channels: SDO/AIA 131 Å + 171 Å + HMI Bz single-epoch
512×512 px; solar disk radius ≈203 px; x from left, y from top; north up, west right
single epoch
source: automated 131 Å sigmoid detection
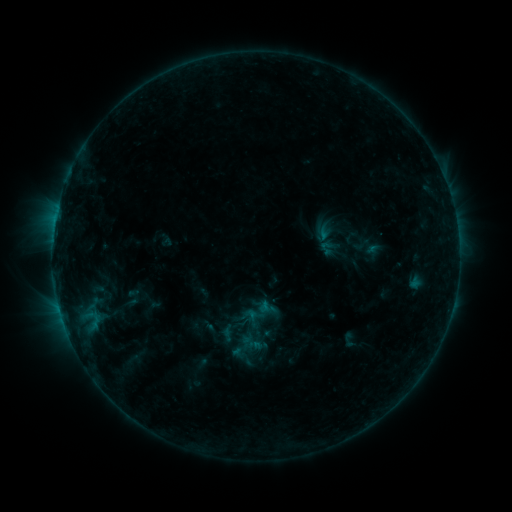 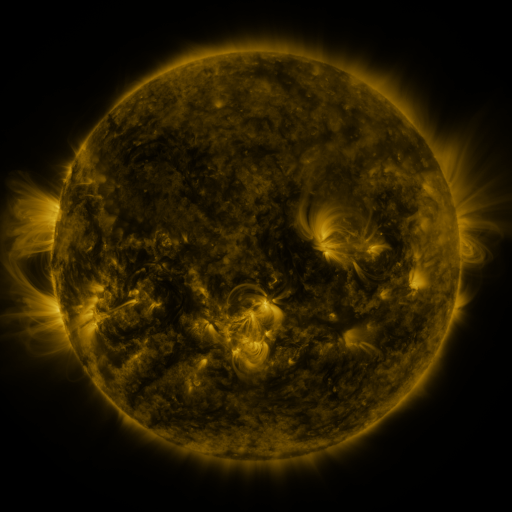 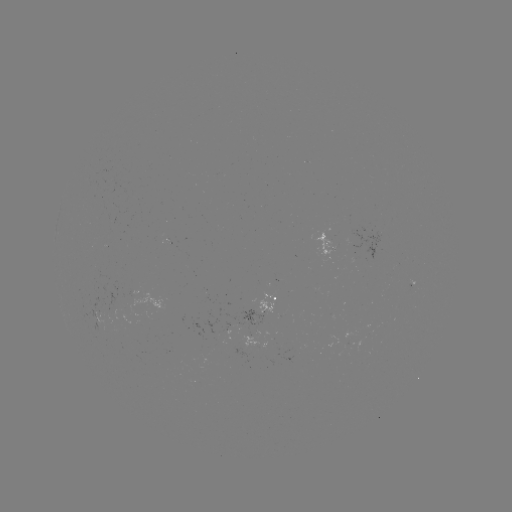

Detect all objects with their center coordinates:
sigmoid: (326, 248)
